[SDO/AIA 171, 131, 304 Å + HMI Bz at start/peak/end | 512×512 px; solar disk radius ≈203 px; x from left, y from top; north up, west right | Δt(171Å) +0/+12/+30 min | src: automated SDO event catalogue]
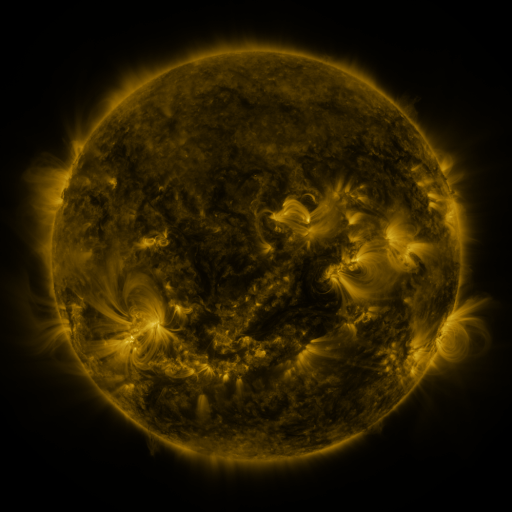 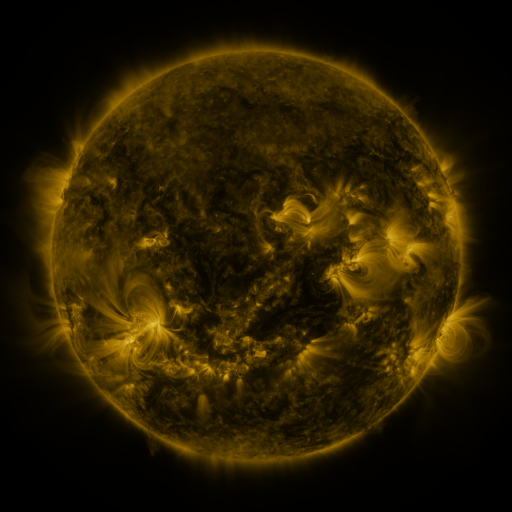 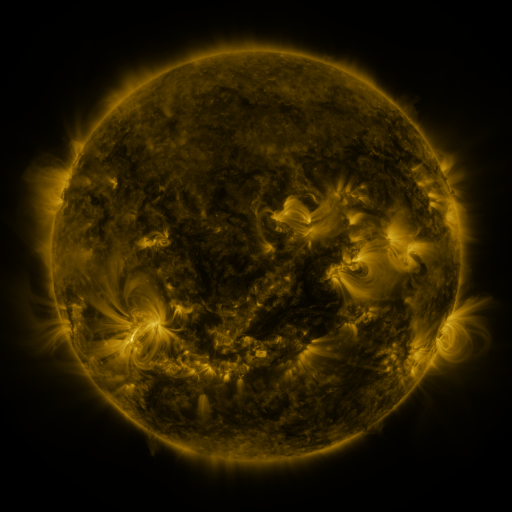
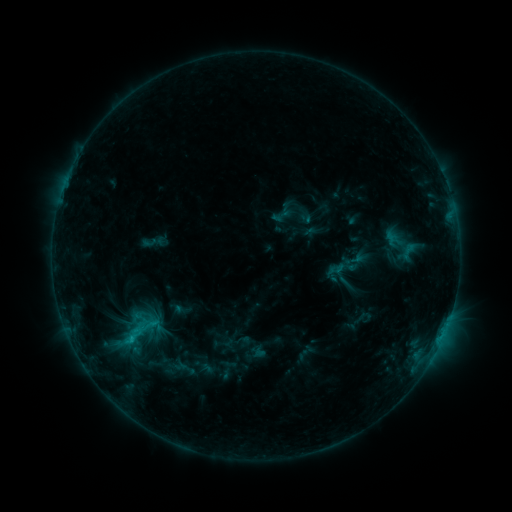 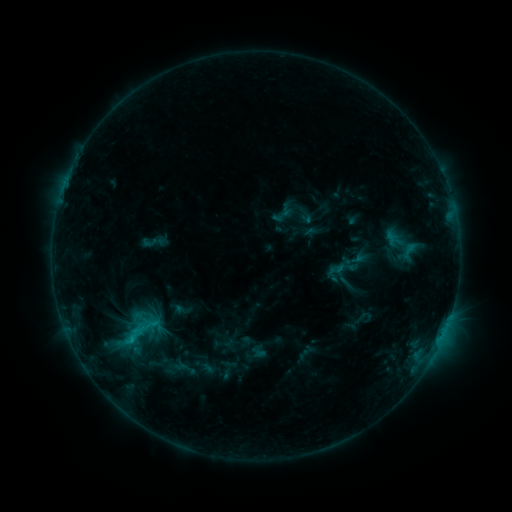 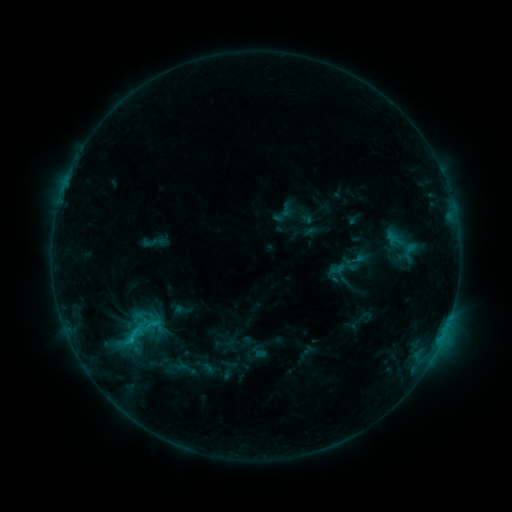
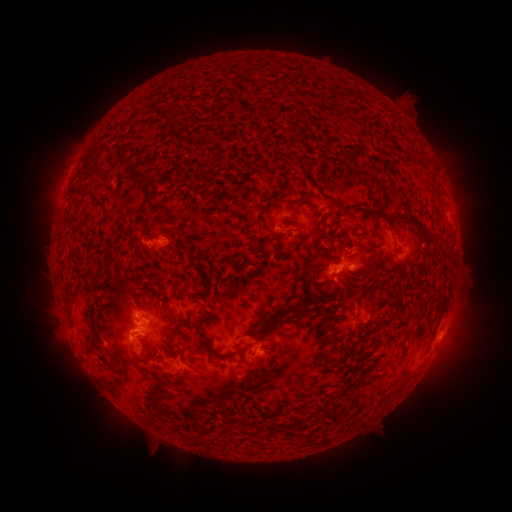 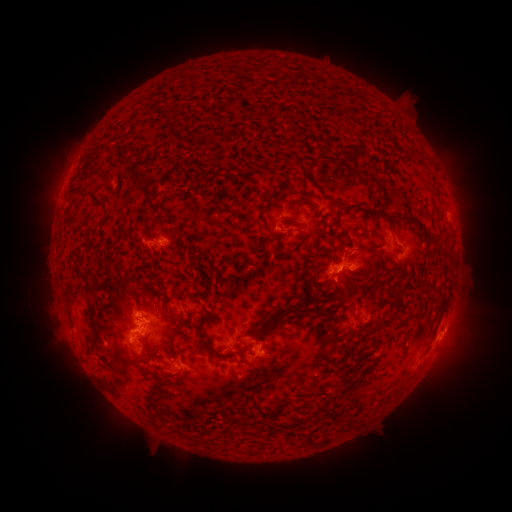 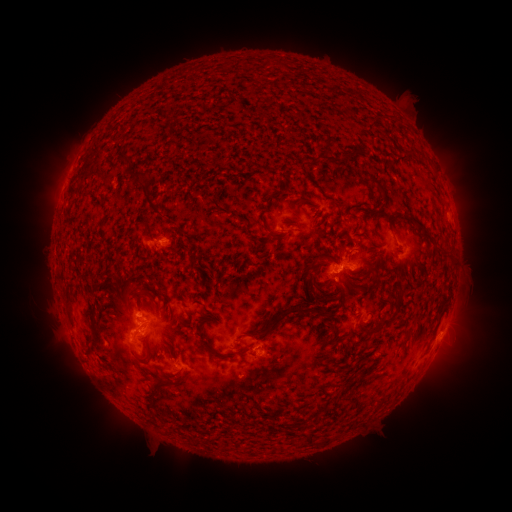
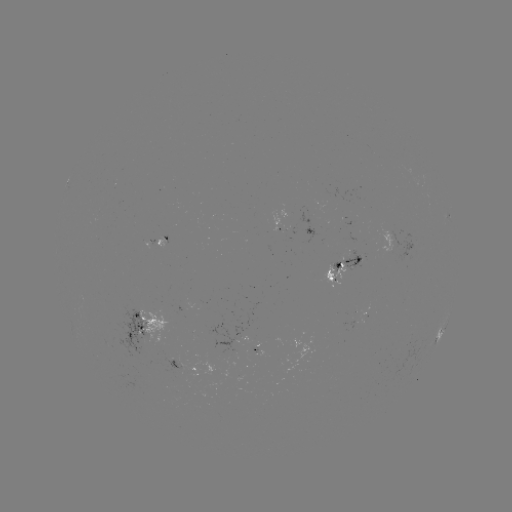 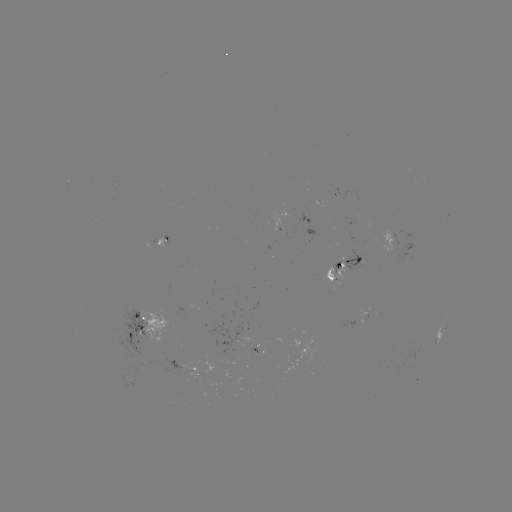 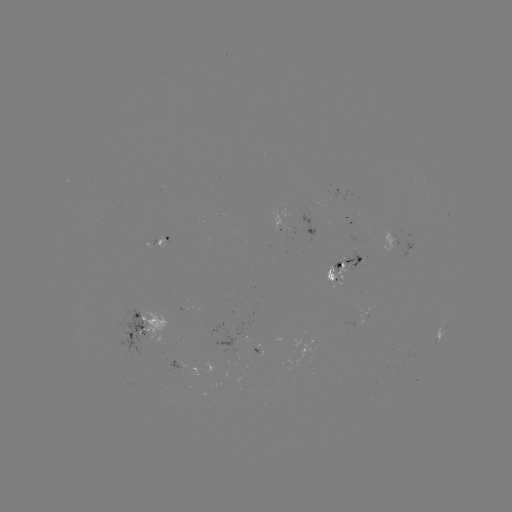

no catalogued flare and no flagged EUV brightening in this window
